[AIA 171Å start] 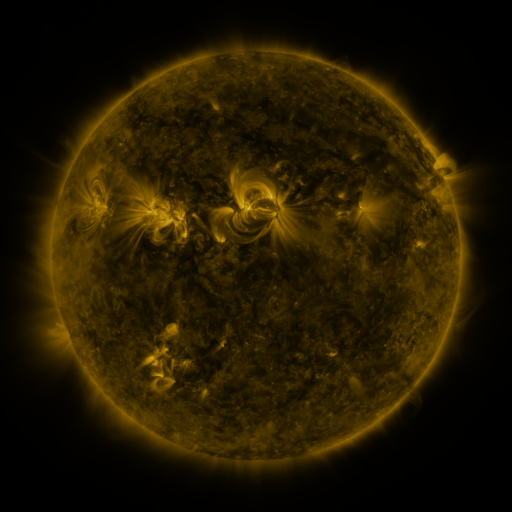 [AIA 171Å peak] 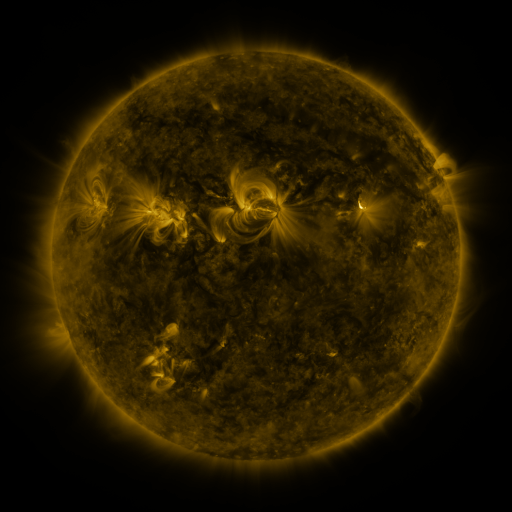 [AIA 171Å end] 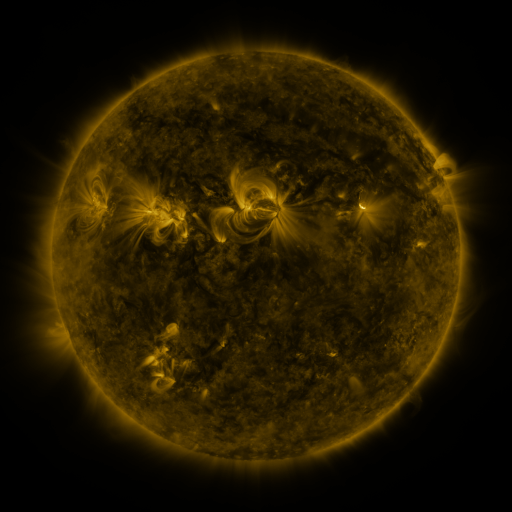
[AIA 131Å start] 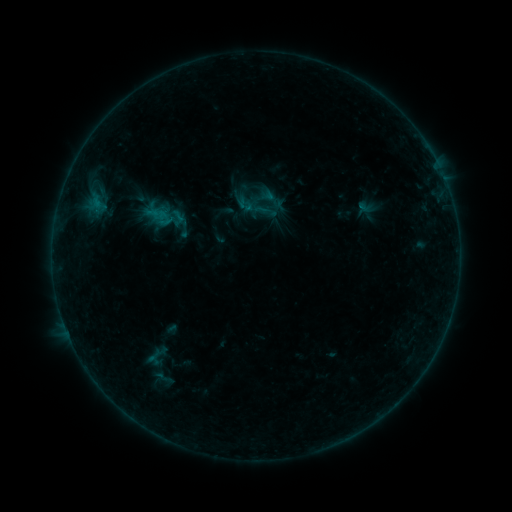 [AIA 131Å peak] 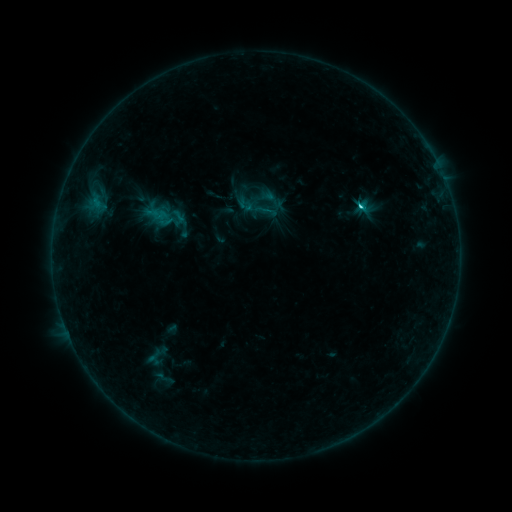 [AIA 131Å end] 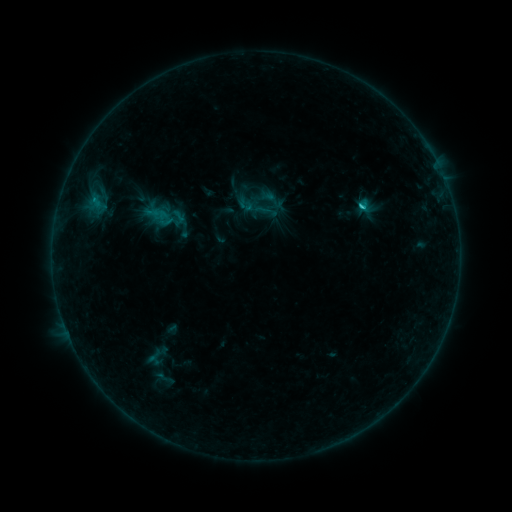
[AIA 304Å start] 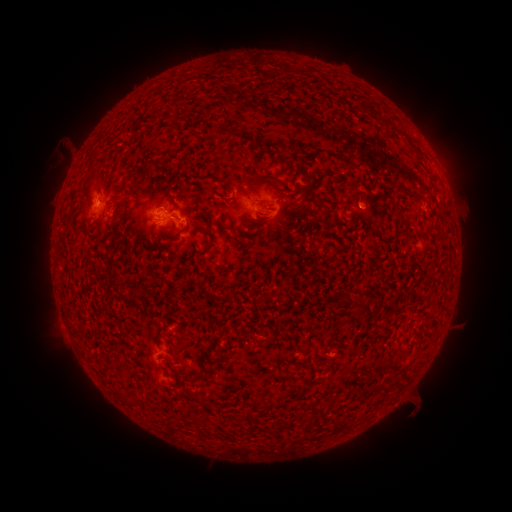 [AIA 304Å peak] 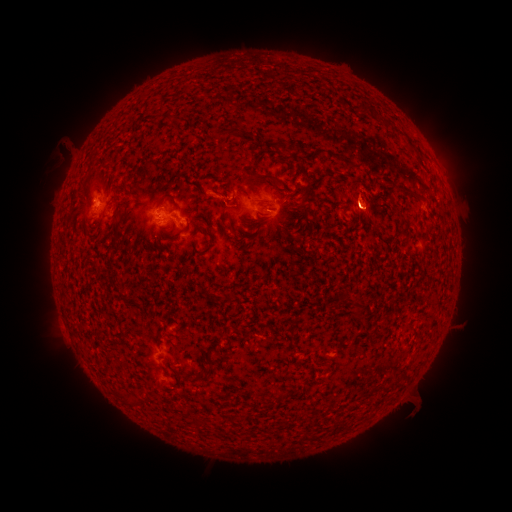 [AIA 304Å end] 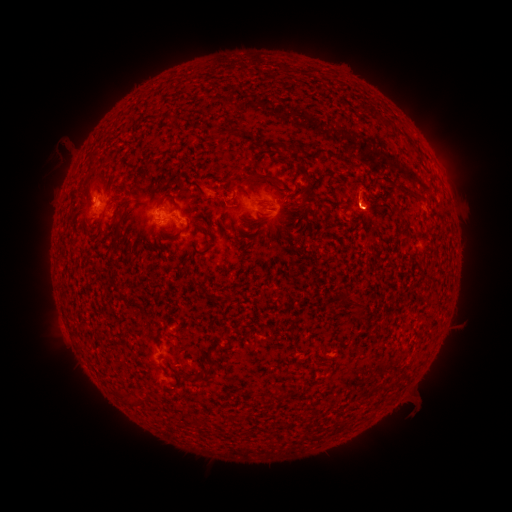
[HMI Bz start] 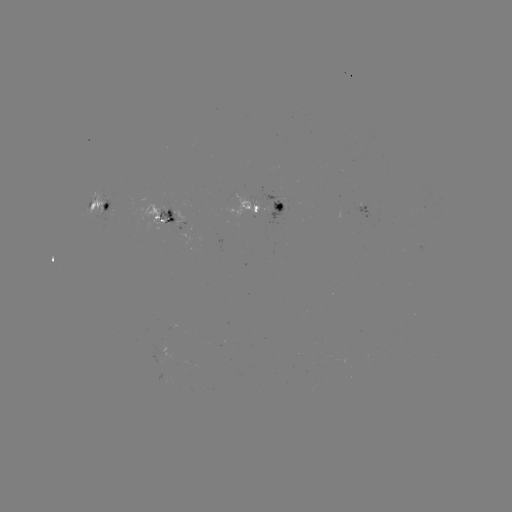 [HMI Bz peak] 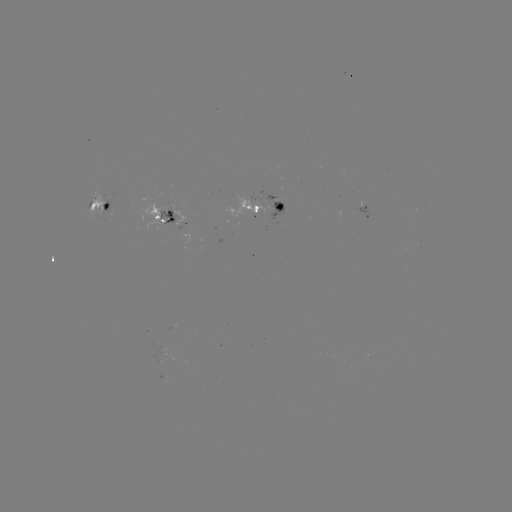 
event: eruption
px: (364, 206)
